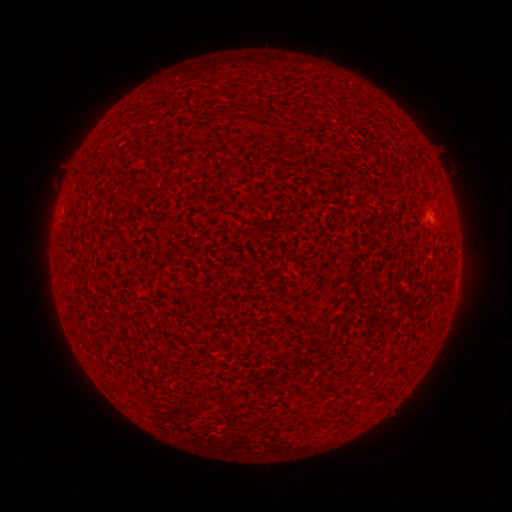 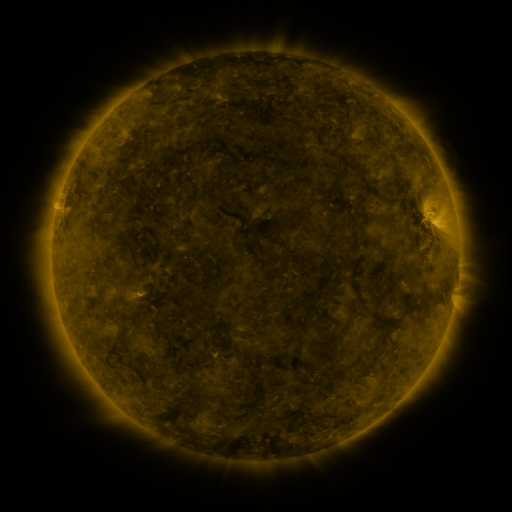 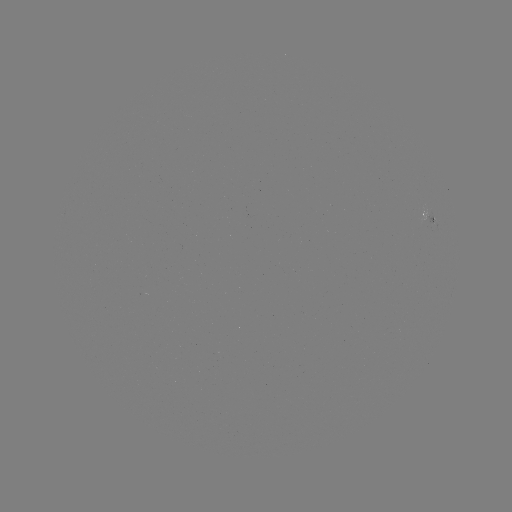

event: spotted active region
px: (427, 214)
